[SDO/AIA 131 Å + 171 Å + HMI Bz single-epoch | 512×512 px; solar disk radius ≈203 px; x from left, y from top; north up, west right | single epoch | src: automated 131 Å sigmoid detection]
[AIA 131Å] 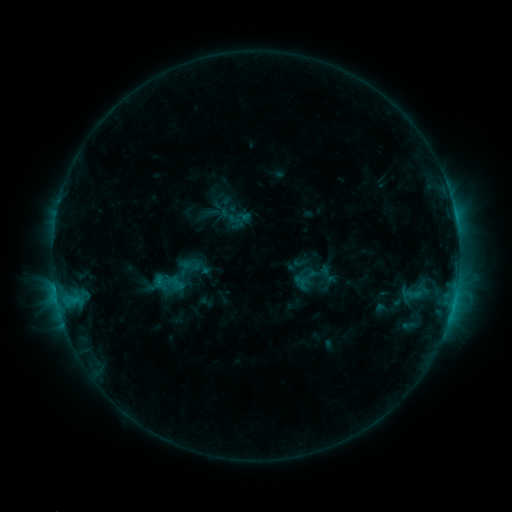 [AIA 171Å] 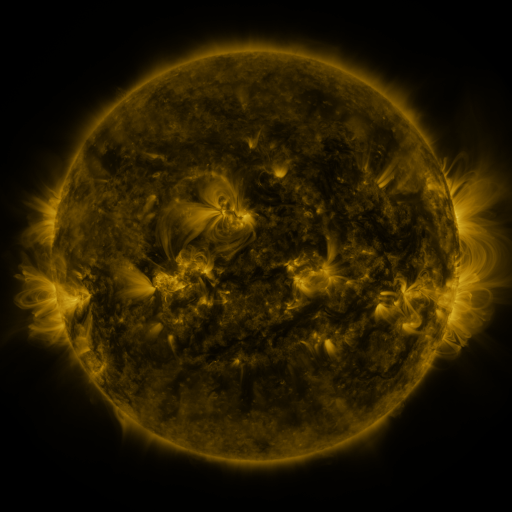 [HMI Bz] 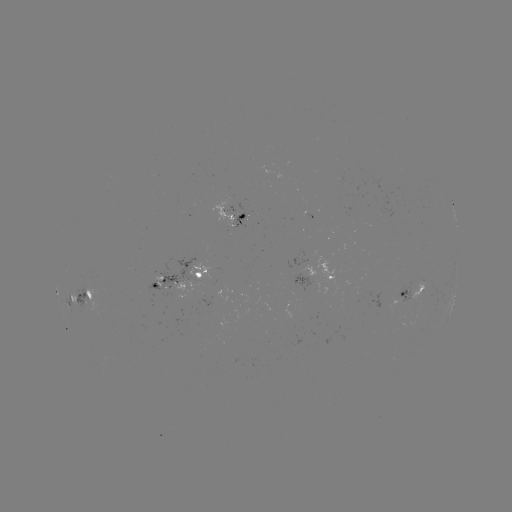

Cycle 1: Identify sigmoid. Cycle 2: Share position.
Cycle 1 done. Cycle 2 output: [213, 213].